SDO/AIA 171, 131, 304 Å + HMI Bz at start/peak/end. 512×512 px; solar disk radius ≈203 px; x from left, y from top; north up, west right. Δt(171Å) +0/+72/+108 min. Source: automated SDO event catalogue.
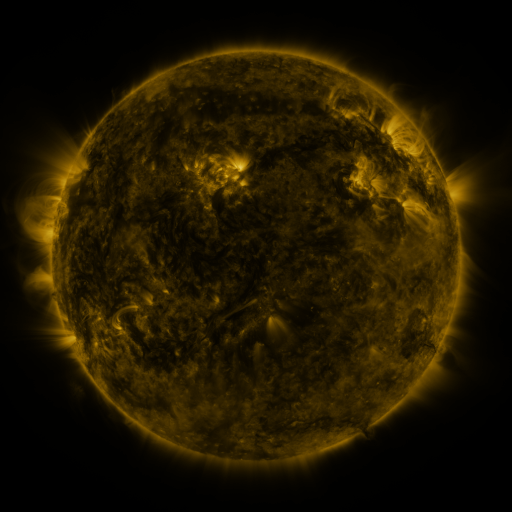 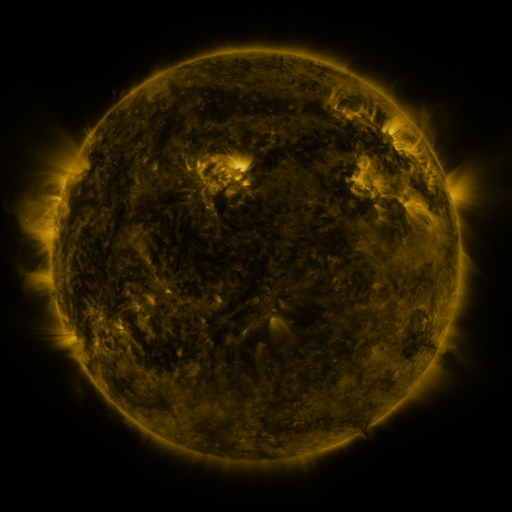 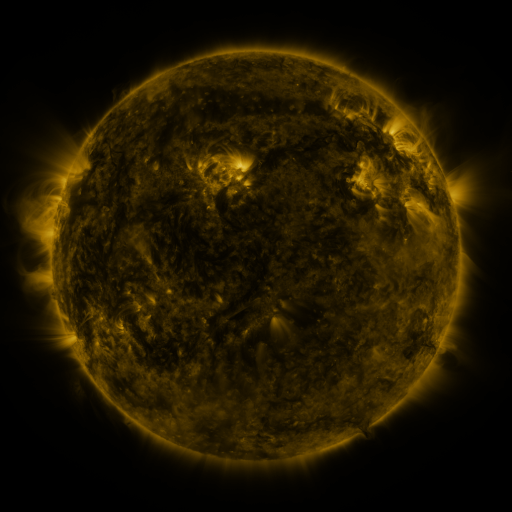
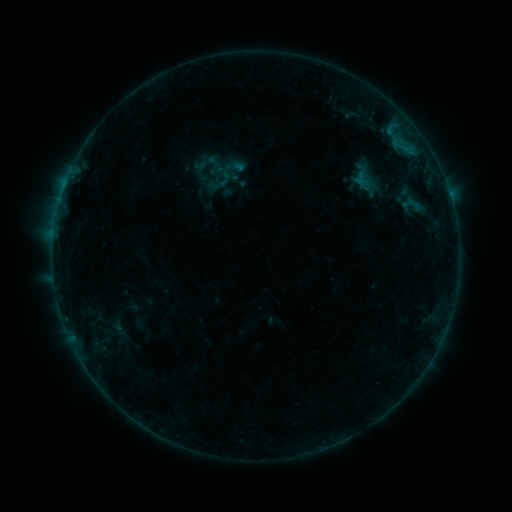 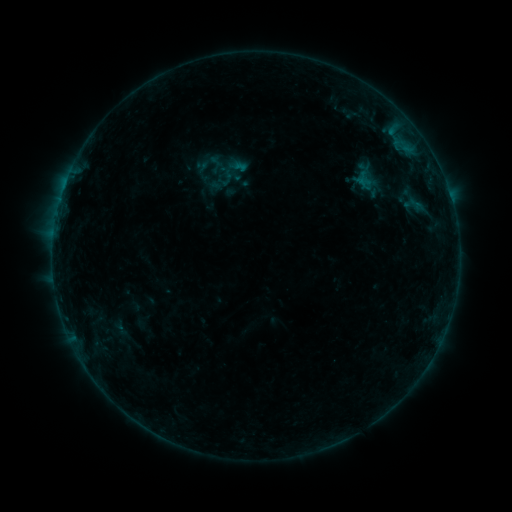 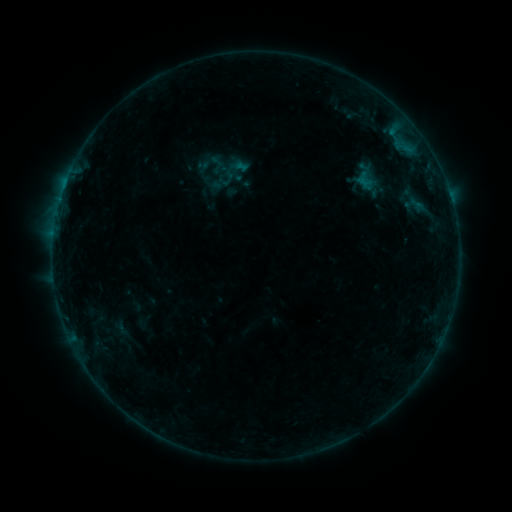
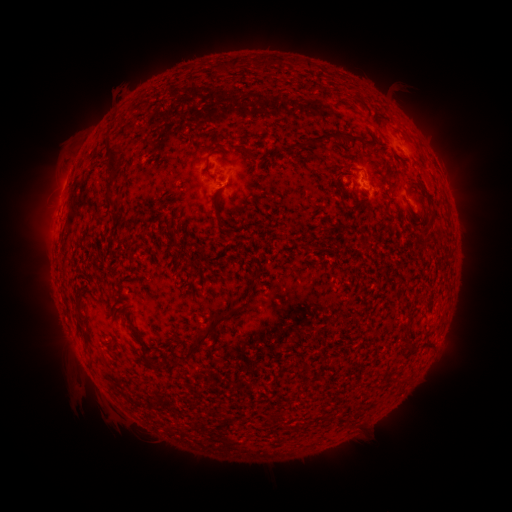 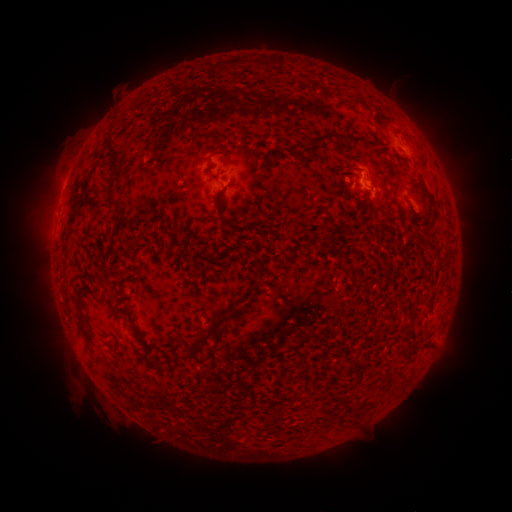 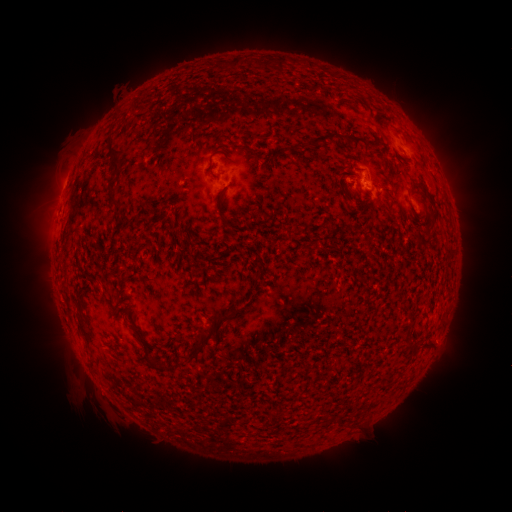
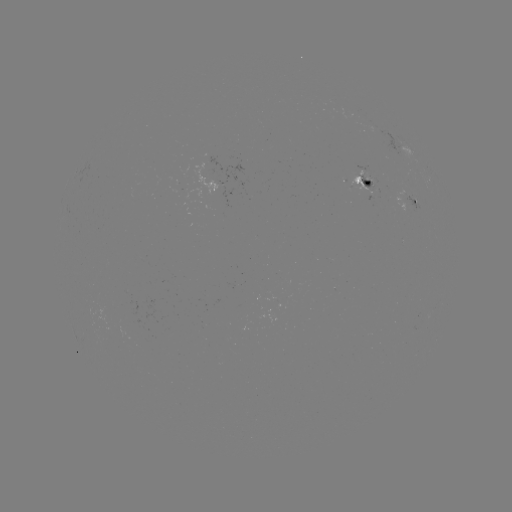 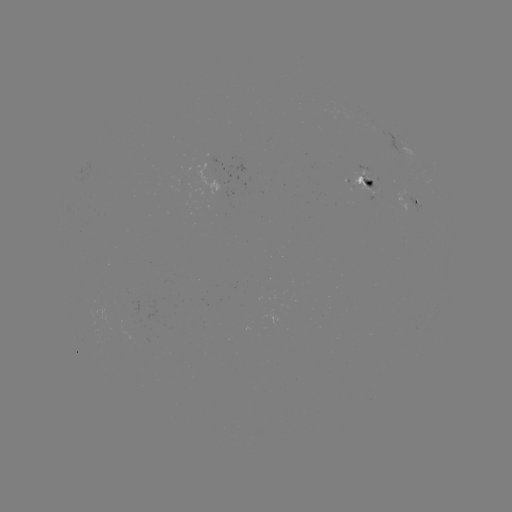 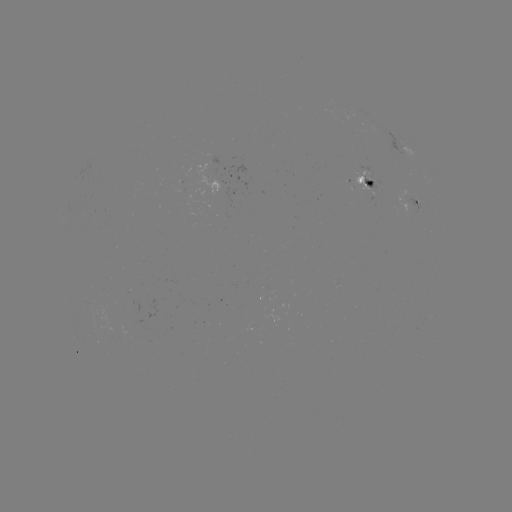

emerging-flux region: (348, 163, 379, 193)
